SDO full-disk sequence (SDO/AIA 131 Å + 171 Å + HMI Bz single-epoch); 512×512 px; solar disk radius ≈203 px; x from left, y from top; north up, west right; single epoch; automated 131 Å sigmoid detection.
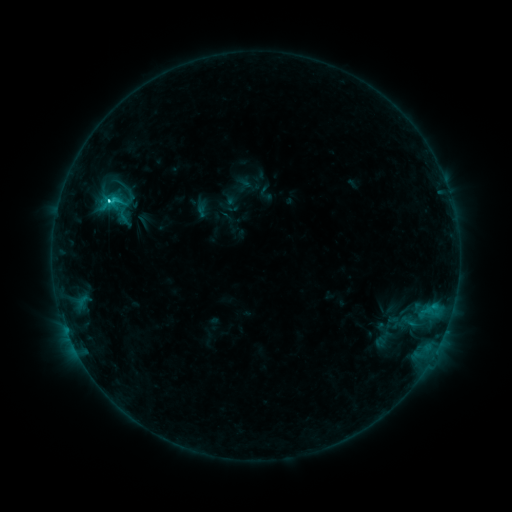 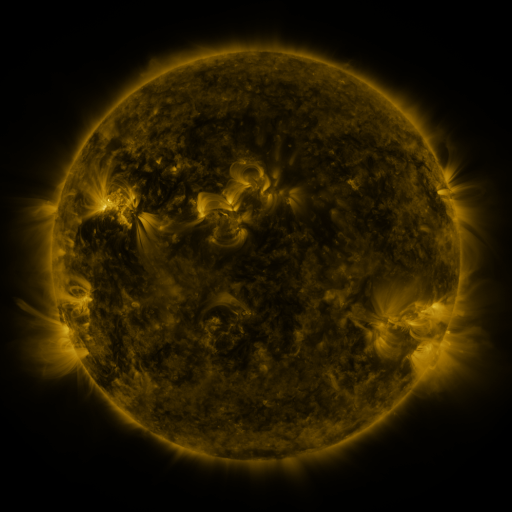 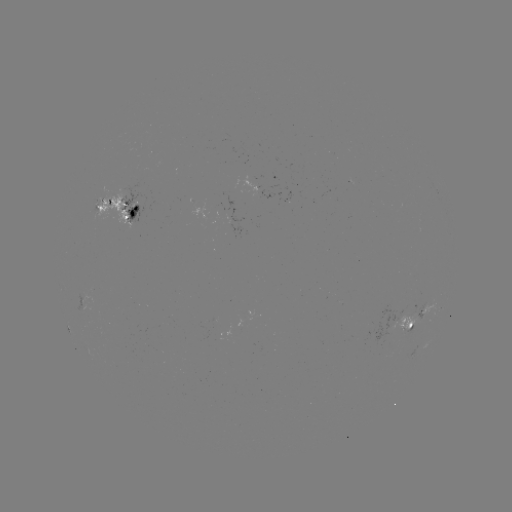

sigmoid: <bbox>110, 173, 133, 196</bbox>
